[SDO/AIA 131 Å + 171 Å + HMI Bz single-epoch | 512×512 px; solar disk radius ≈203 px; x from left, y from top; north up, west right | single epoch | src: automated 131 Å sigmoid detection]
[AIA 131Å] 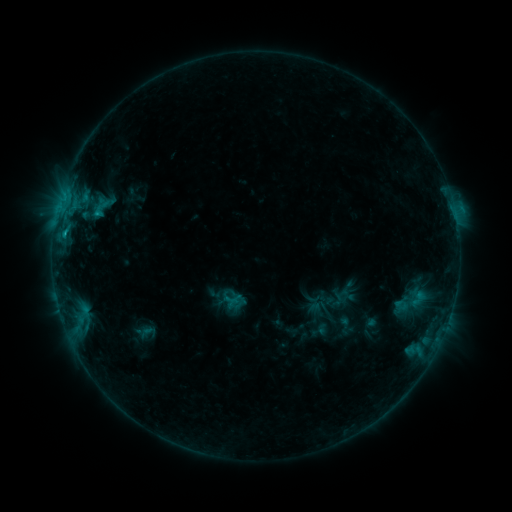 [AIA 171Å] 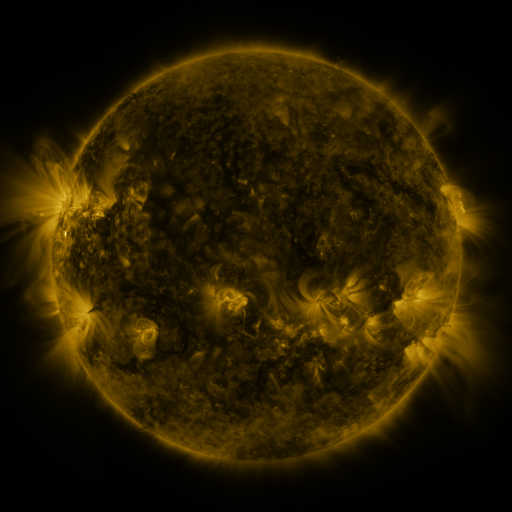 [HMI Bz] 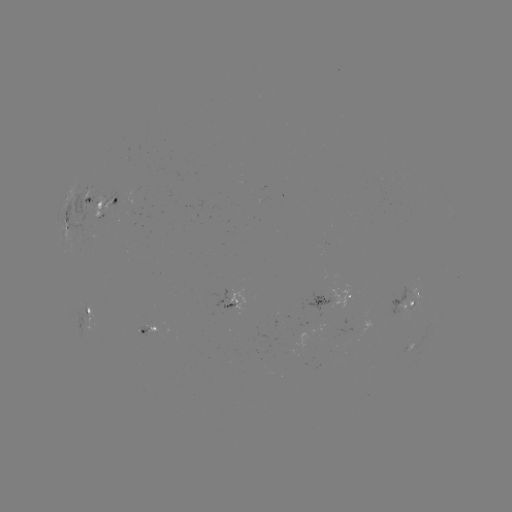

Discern sigmoid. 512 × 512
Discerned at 411,301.